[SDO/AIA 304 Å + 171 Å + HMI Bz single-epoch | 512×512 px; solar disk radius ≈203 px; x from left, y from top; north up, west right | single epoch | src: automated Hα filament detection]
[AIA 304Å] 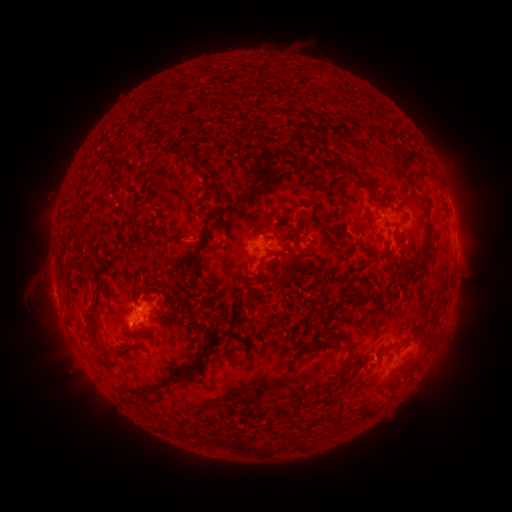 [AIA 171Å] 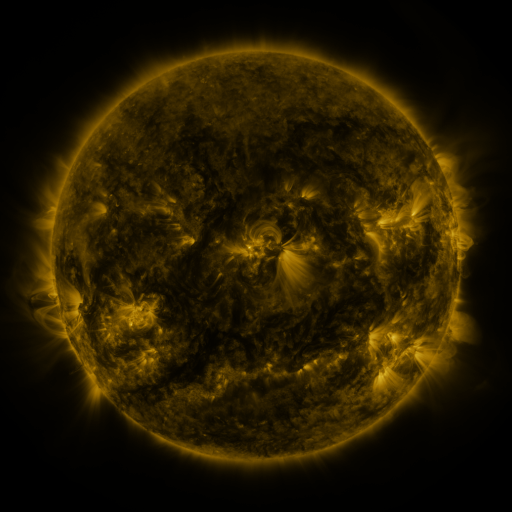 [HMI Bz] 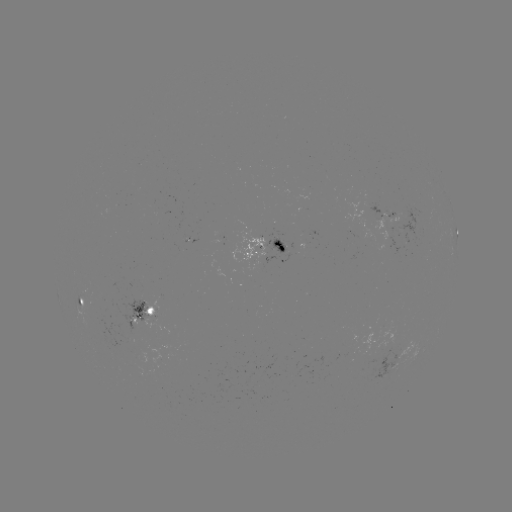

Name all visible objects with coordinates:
filament: (364, 123, 377, 131)
filament: (290, 130, 298, 142)
filament: (186, 152, 225, 274)
filament: (342, 165, 356, 175)
filament: (138, 170, 147, 178)
filament: (360, 175, 380, 196)
filament: (258, 217, 270, 226)
filament: (425, 224, 432, 240)
filament: (117, 248, 125, 258)
filament: (416, 261, 425, 272)
filament: (240, 263, 263, 282)
filament: (398, 269, 406, 281)
filament: (250, 289, 258, 298)
filament: (329, 291, 348, 300)
filament: (357, 292, 372, 299)
filament: (309, 311, 320, 321)
filament: (129, 315, 162, 340)
filament: (264, 317, 277, 325)
filament: (239, 319, 257, 335)
filament: (320, 333, 353, 351)
filament: (136, 349, 211, 398)
filament: (121, 353, 132, 359)
filament: (338, 355, 354, 378)
filament: (207, 434, 274, 454)
filament: (299, 440, 309, 448)
